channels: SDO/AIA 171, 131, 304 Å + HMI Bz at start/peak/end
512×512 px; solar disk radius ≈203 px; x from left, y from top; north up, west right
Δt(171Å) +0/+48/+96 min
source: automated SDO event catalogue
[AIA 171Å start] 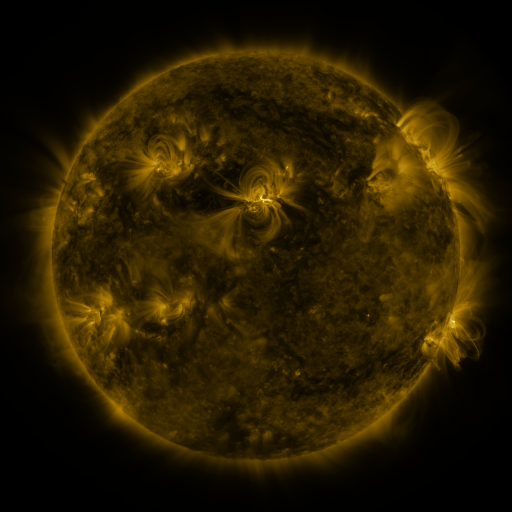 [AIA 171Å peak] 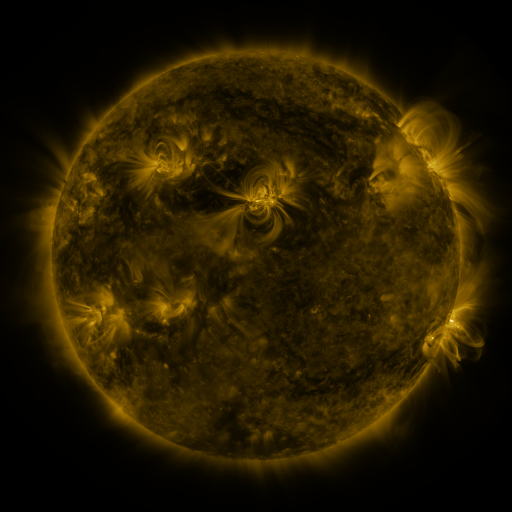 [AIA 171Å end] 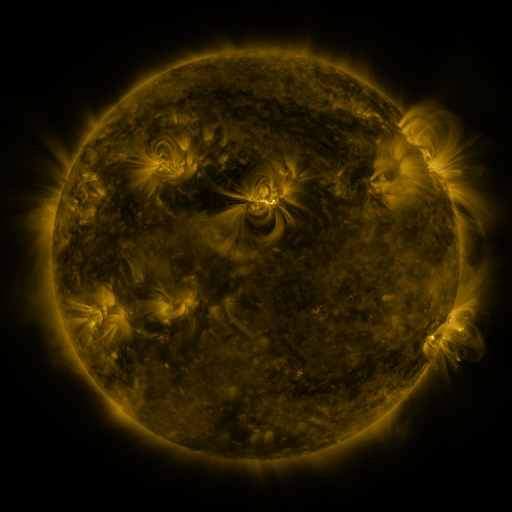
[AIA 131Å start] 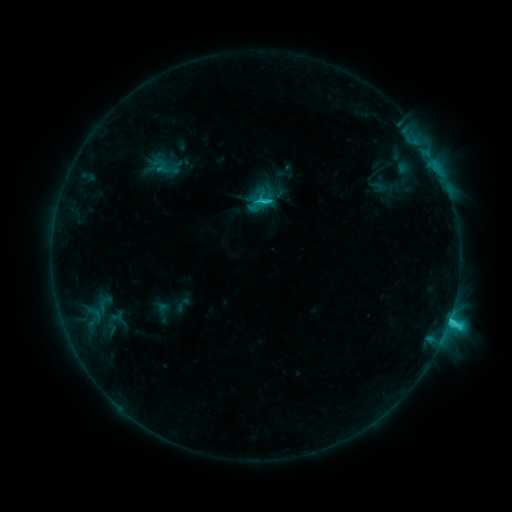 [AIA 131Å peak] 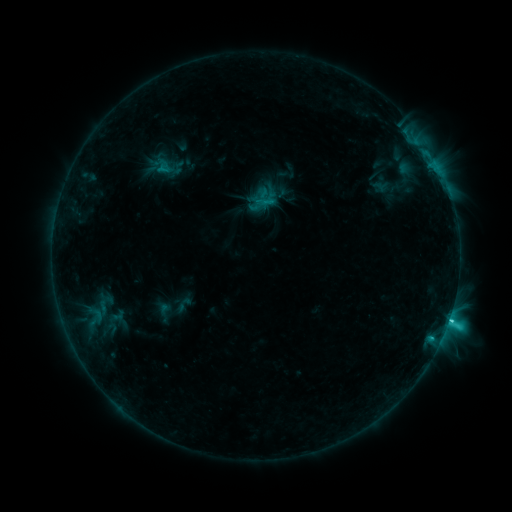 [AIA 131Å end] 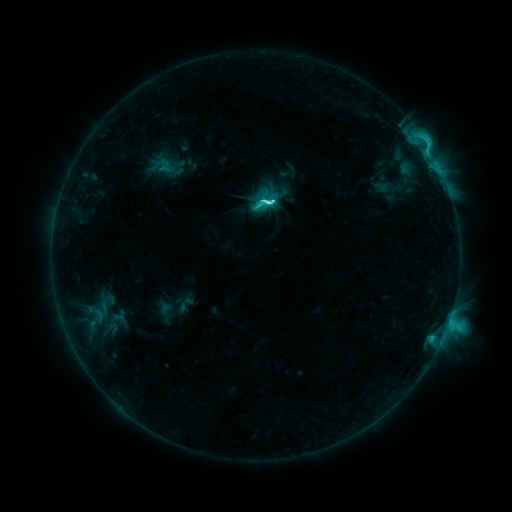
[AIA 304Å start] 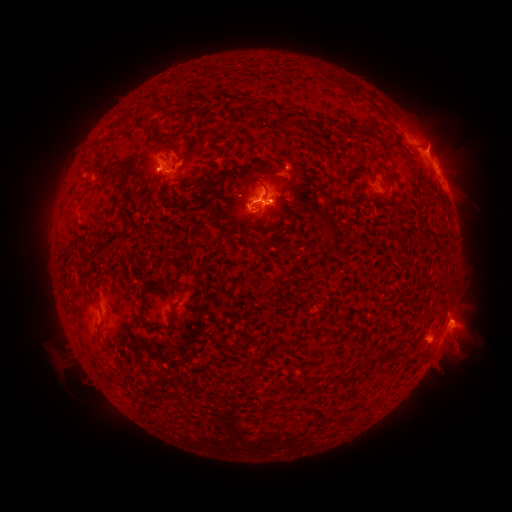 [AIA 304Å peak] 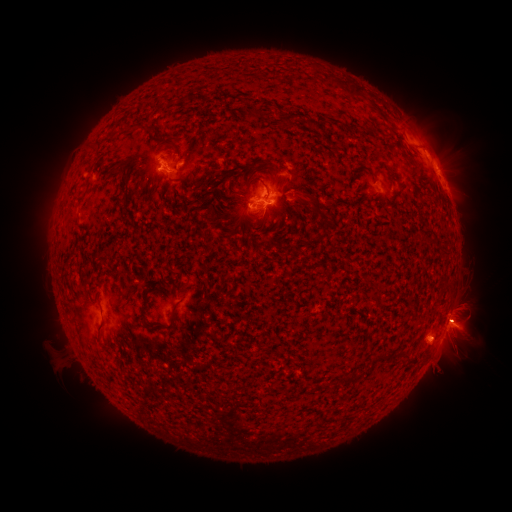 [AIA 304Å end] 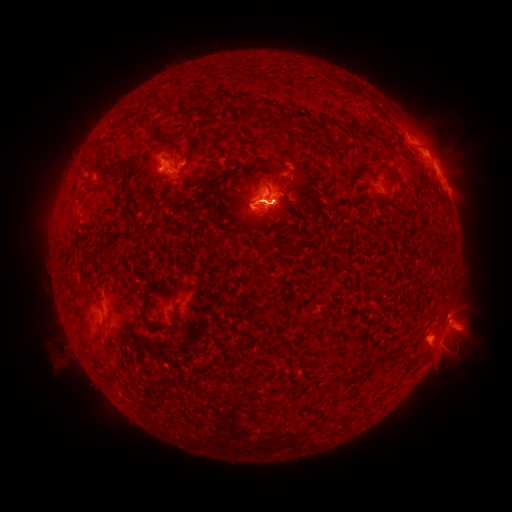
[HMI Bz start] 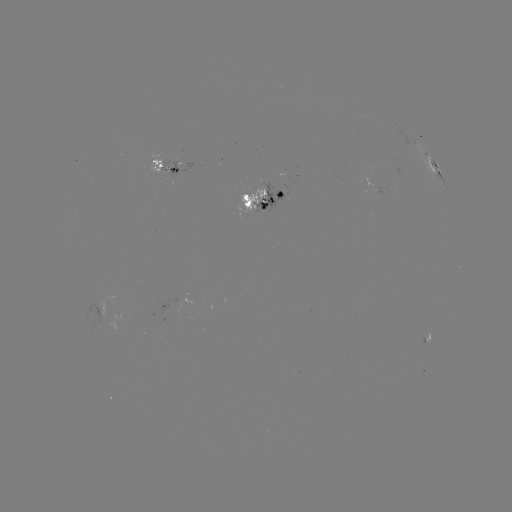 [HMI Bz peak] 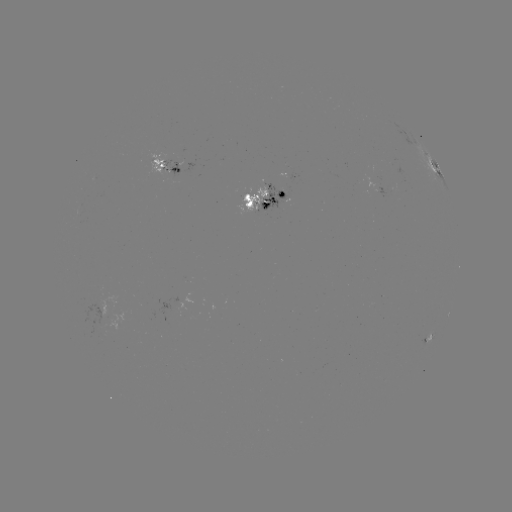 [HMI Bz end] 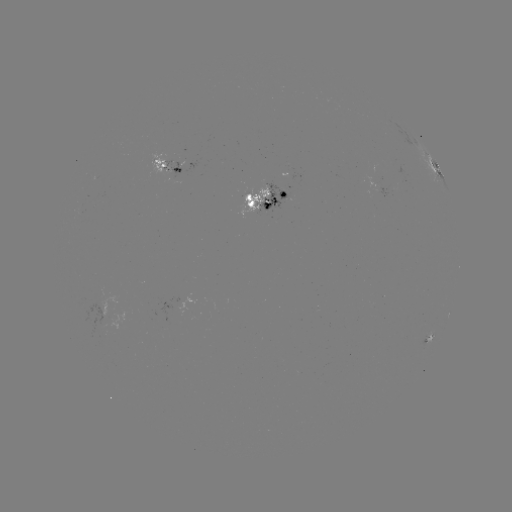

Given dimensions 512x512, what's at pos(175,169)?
emerging-flux region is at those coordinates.